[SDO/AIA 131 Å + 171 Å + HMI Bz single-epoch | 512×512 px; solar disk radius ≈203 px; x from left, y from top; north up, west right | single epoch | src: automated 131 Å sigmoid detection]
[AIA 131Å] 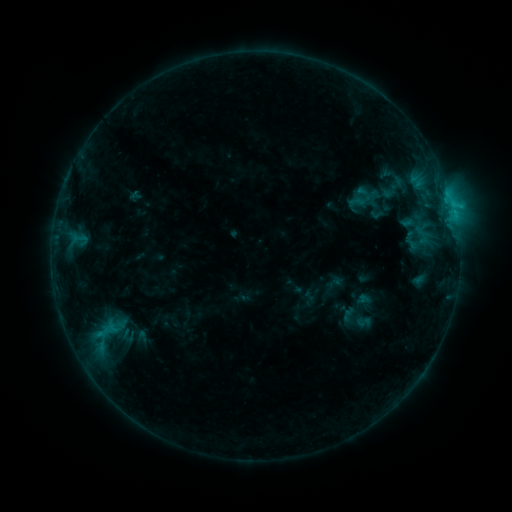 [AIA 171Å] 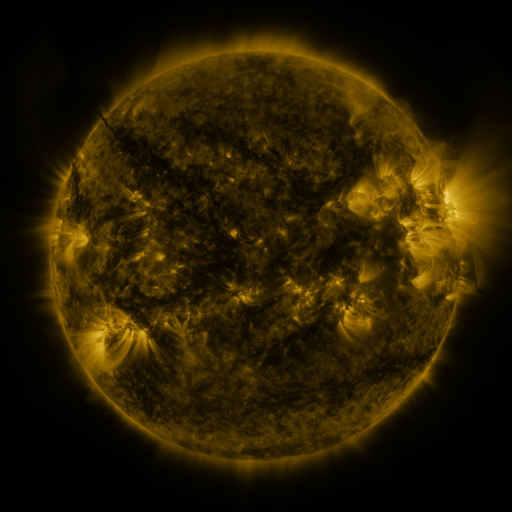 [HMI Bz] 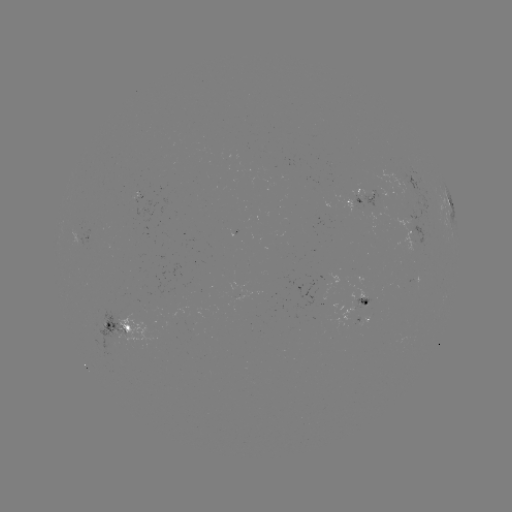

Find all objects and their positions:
sigmoid: (357, 306)
sigmoid: (363, 322)
